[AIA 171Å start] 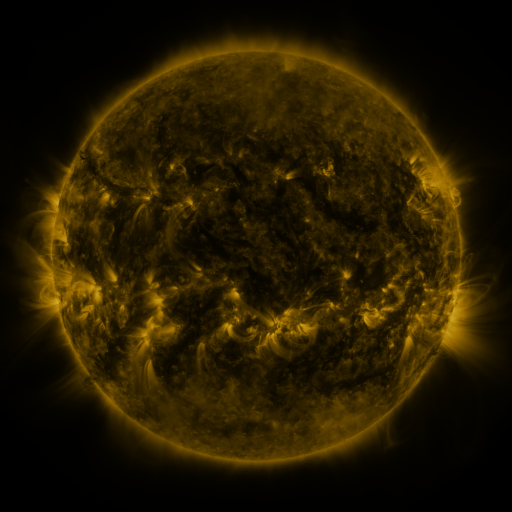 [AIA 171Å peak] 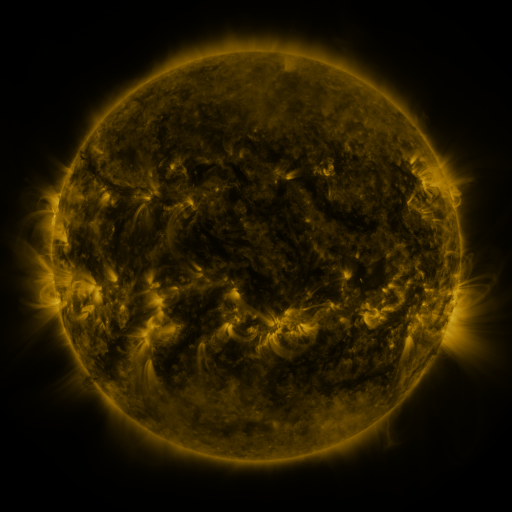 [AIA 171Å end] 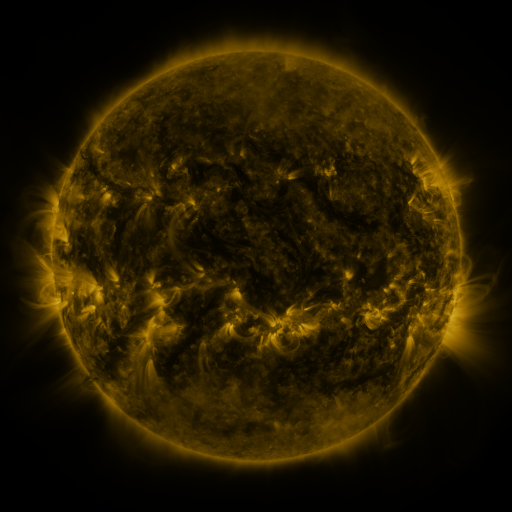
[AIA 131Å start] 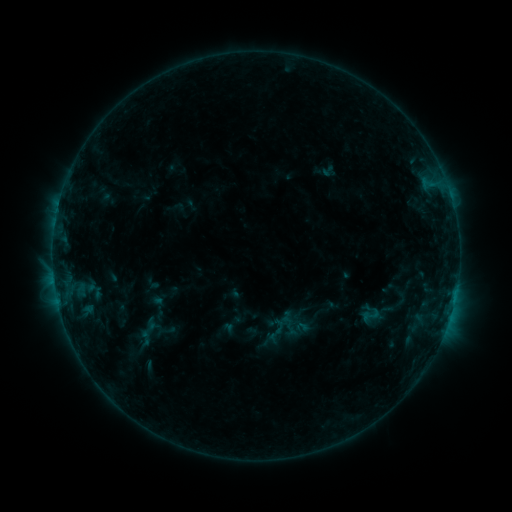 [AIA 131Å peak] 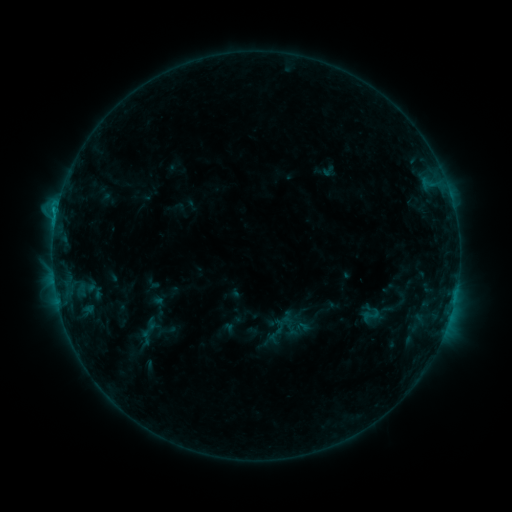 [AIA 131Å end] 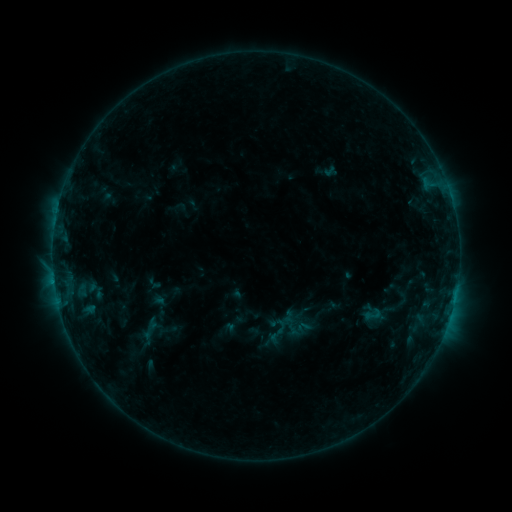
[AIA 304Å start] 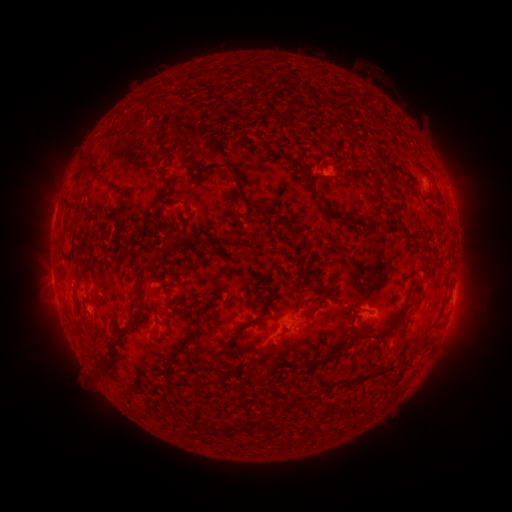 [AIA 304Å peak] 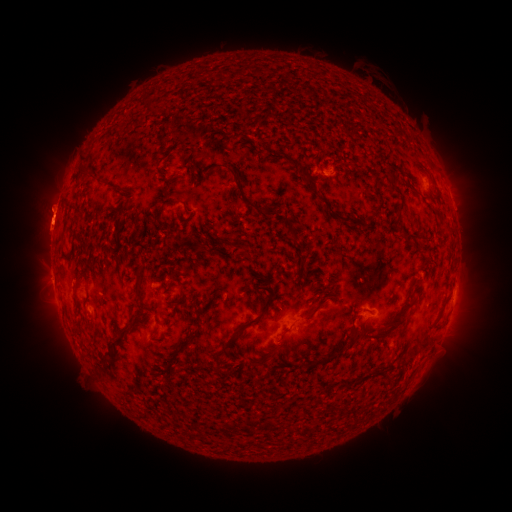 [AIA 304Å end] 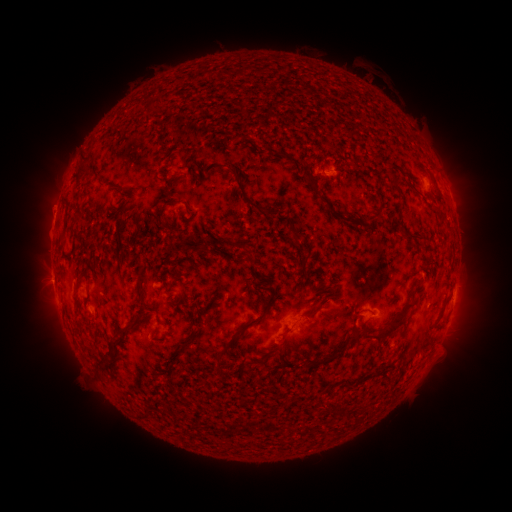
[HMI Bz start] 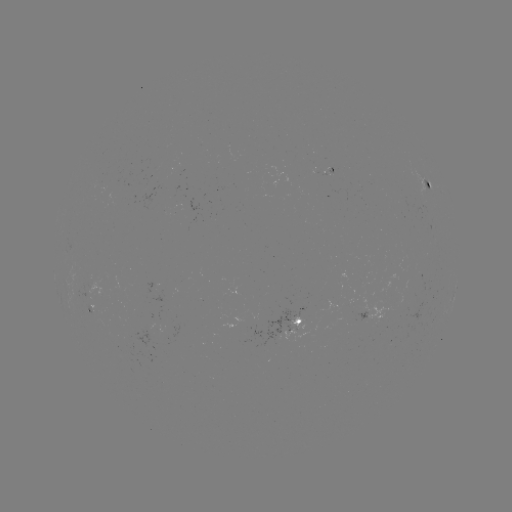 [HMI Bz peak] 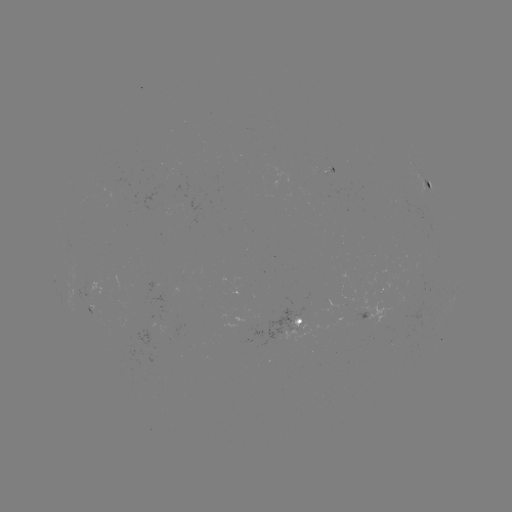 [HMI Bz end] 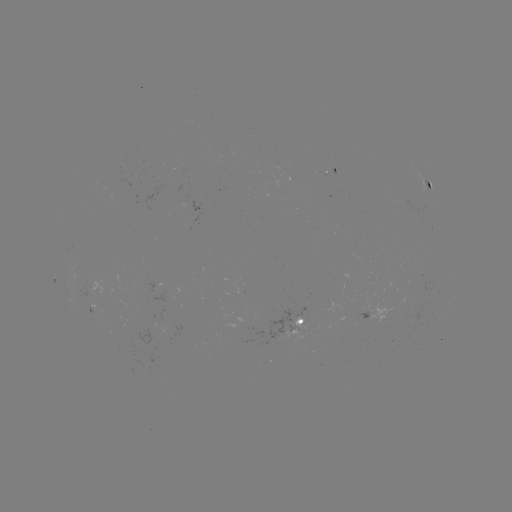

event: flare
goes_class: B8.9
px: (57, 213)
